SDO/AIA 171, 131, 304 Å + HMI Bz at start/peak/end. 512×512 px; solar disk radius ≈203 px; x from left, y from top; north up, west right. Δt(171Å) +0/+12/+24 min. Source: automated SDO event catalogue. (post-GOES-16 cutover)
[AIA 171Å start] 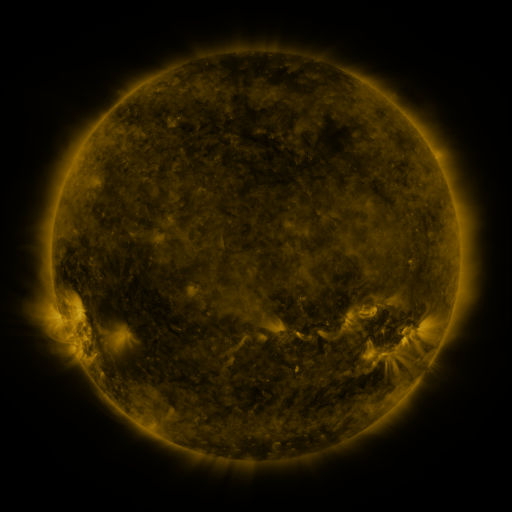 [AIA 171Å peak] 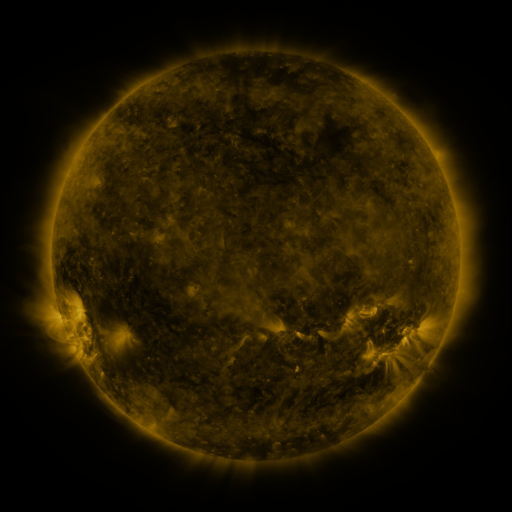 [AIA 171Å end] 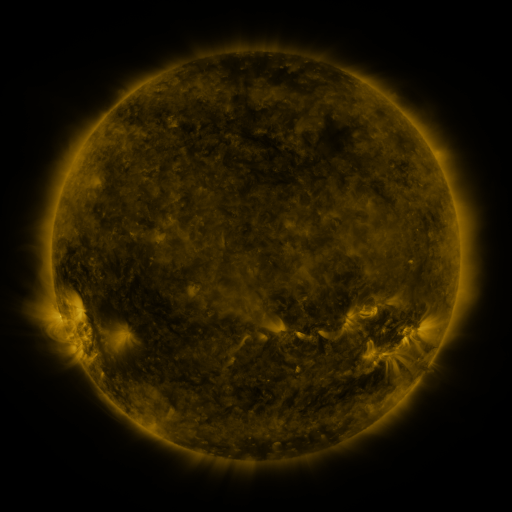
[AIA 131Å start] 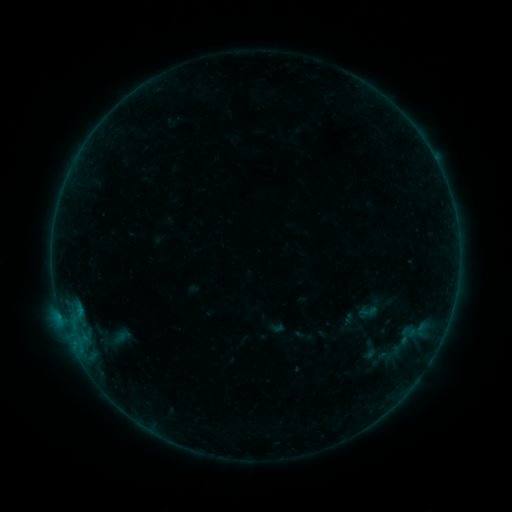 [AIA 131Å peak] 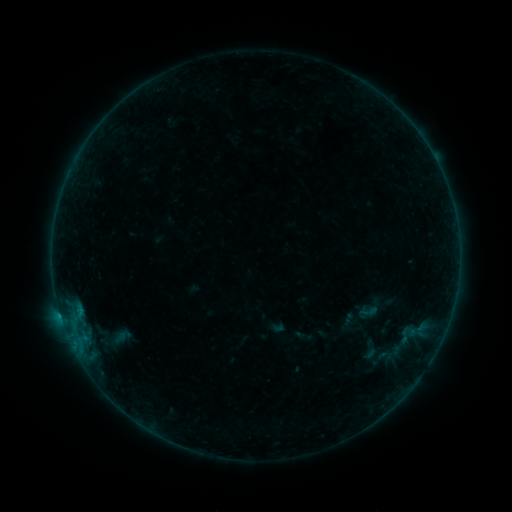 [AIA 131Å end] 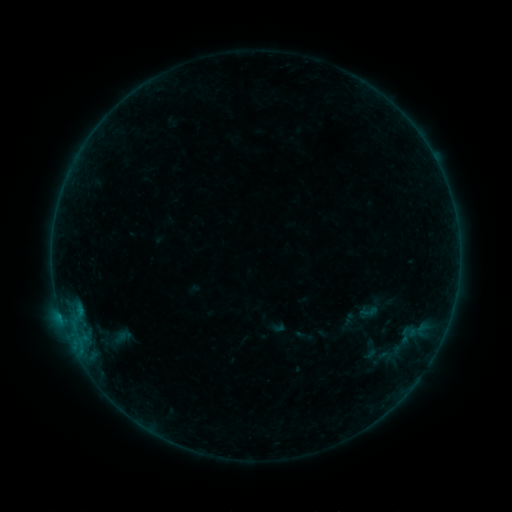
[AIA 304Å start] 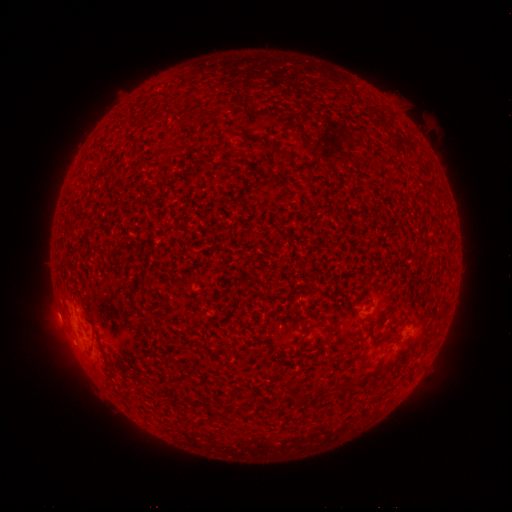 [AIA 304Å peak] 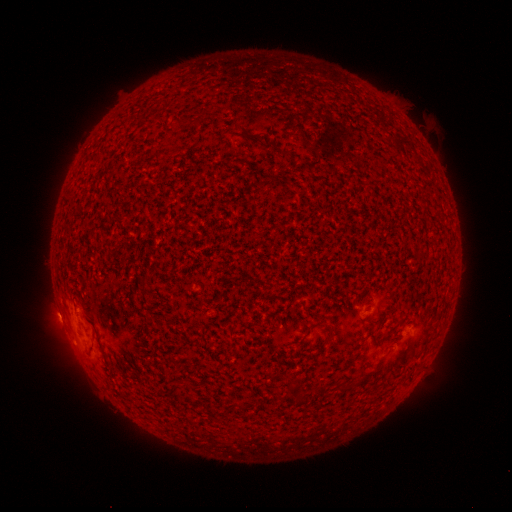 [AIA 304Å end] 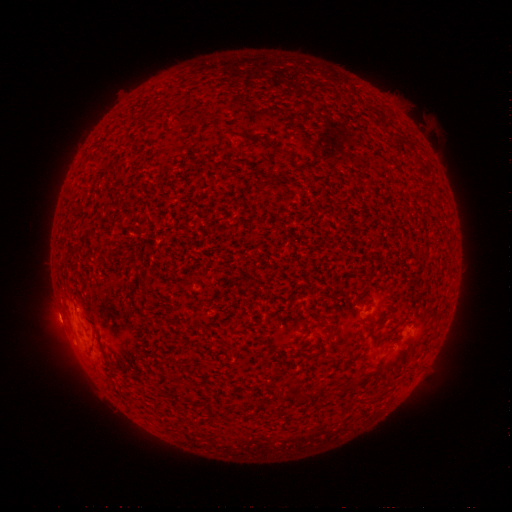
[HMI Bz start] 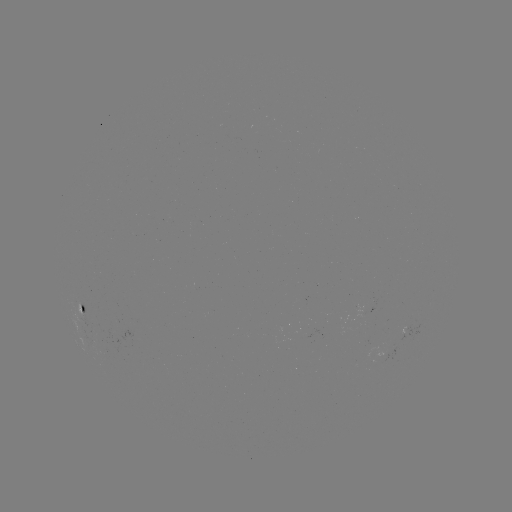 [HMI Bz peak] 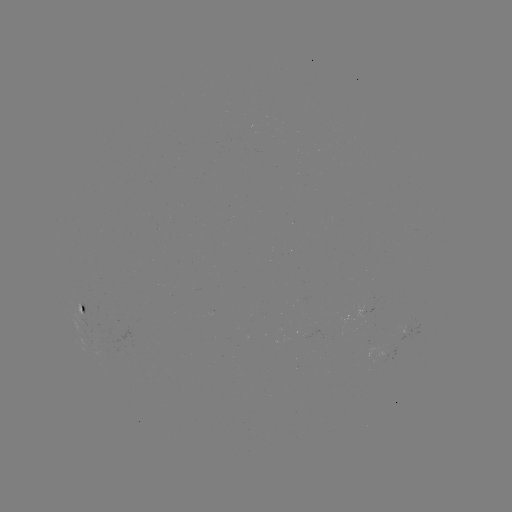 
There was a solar flare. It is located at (60, 311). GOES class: B1.7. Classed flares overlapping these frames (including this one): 1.